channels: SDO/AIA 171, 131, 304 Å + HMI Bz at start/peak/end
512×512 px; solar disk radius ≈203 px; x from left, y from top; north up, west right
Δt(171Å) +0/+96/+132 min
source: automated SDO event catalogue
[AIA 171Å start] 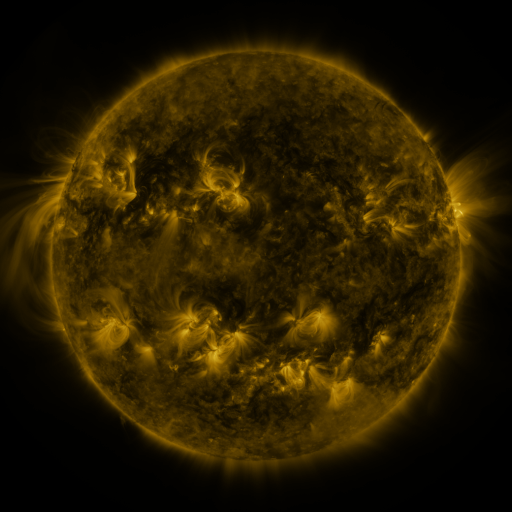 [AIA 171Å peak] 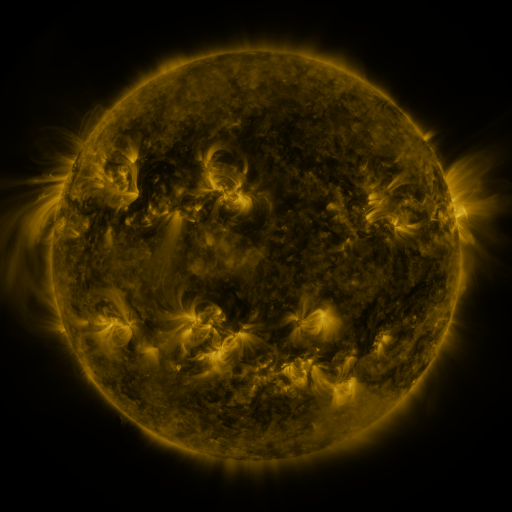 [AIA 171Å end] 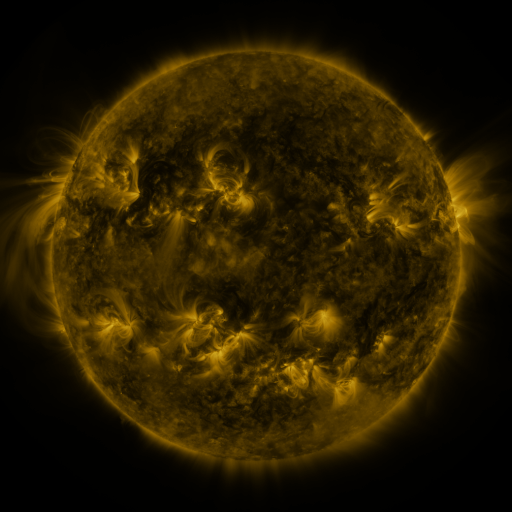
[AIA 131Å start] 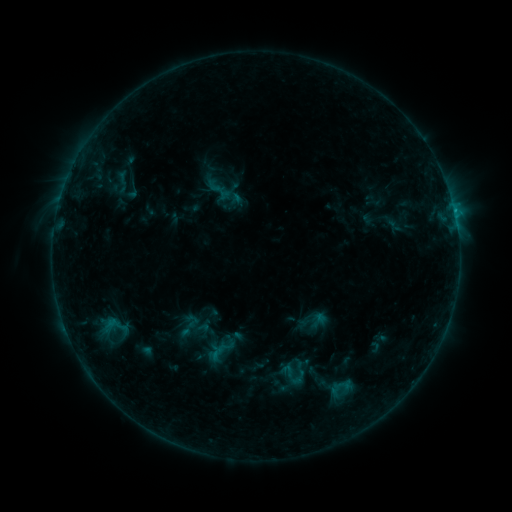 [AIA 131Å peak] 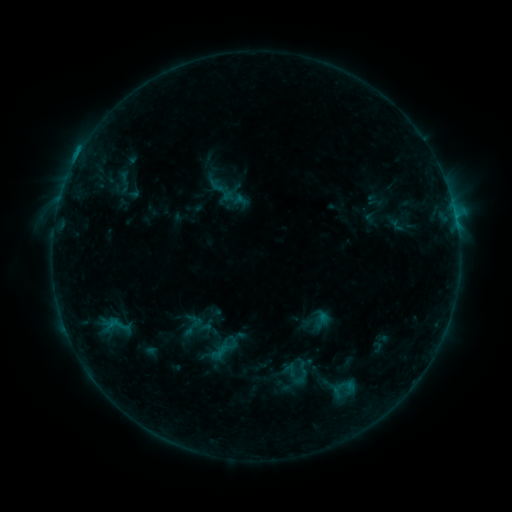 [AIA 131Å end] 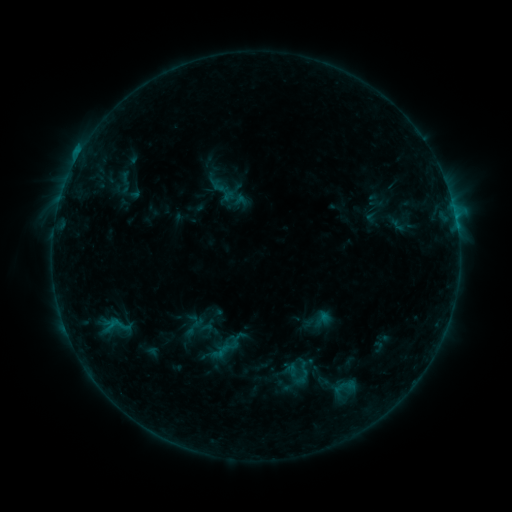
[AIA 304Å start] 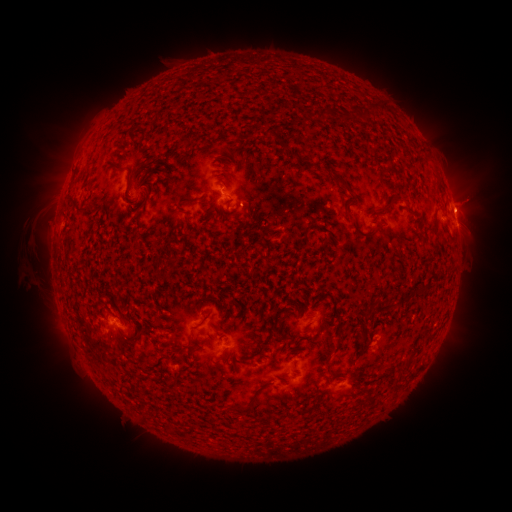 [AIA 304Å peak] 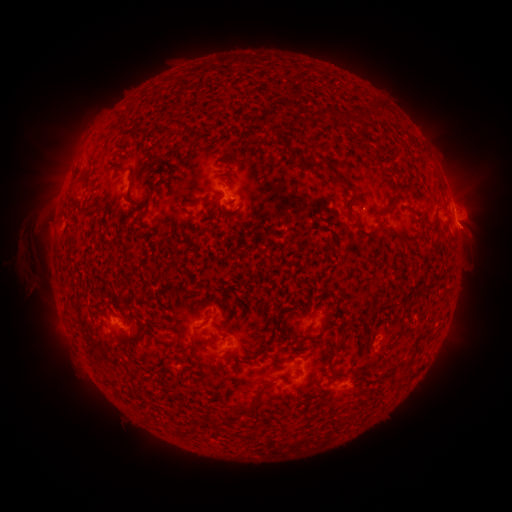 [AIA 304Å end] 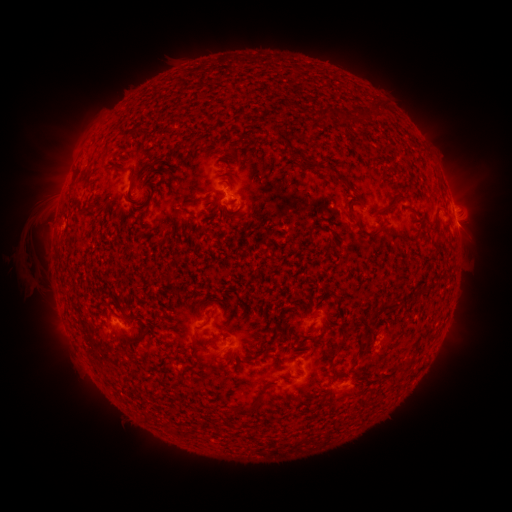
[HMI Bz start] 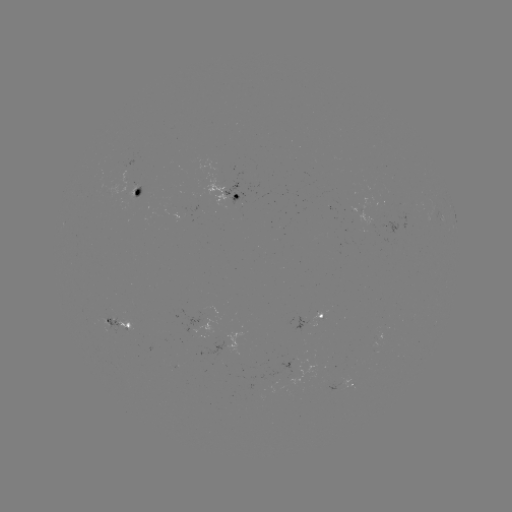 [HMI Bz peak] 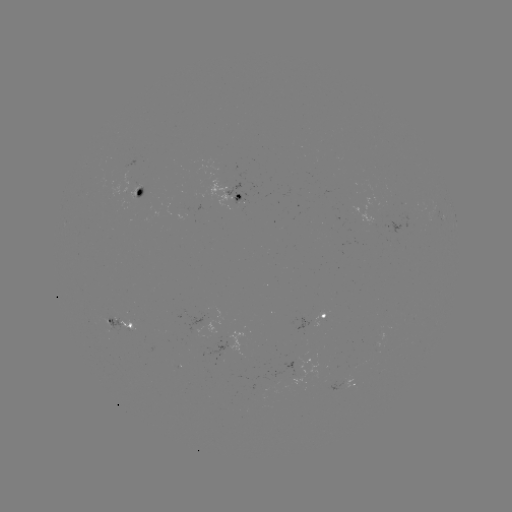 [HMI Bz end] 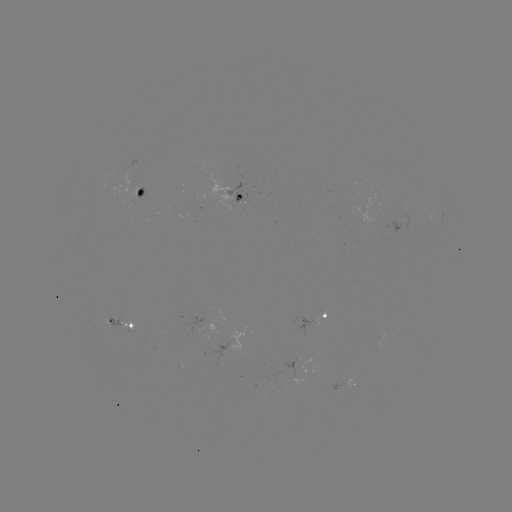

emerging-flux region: (344, 378, 356, 389)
